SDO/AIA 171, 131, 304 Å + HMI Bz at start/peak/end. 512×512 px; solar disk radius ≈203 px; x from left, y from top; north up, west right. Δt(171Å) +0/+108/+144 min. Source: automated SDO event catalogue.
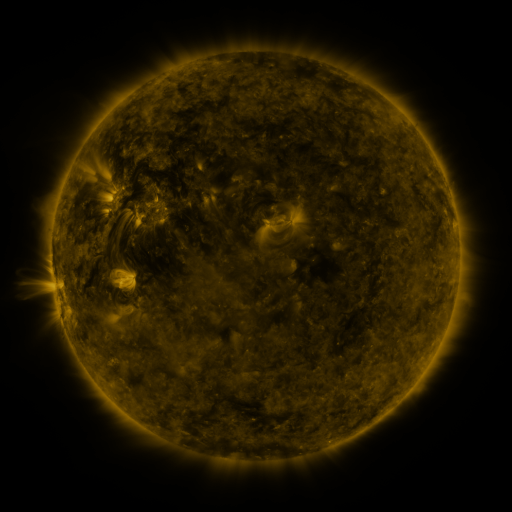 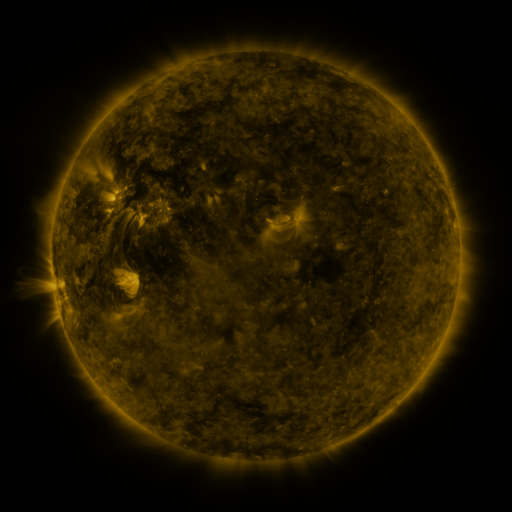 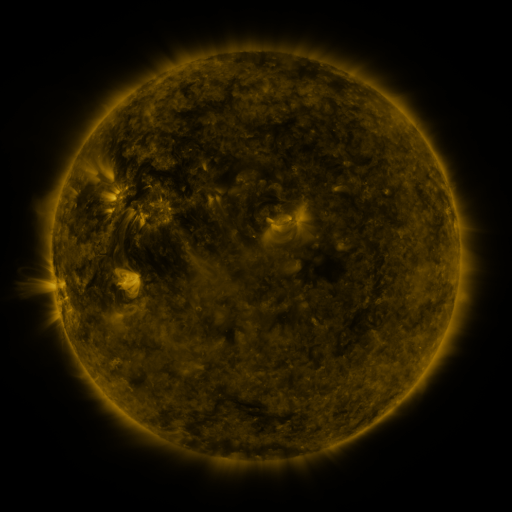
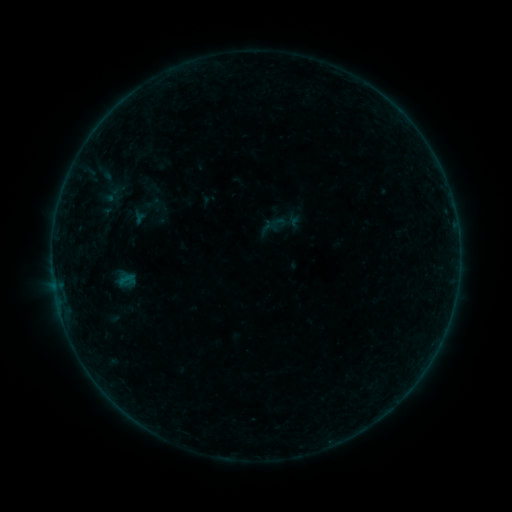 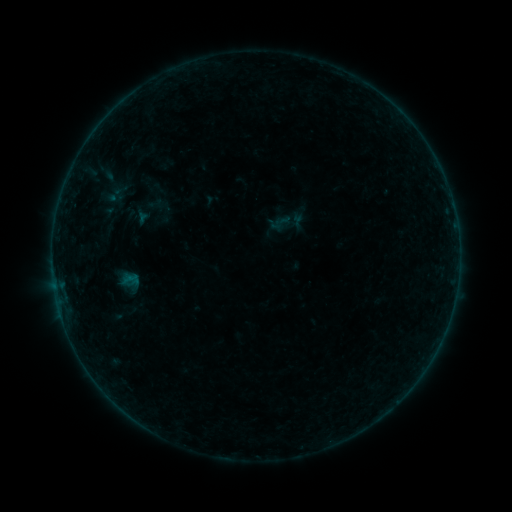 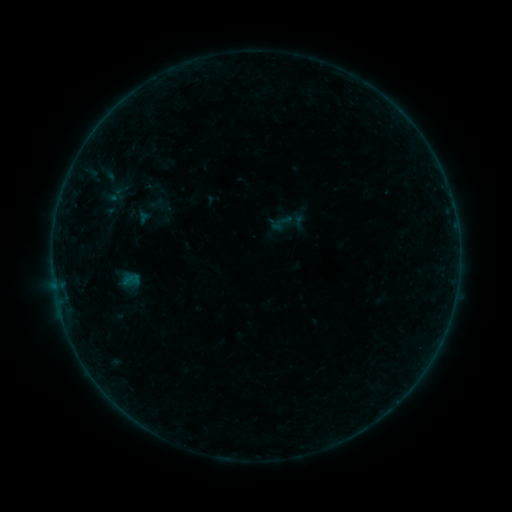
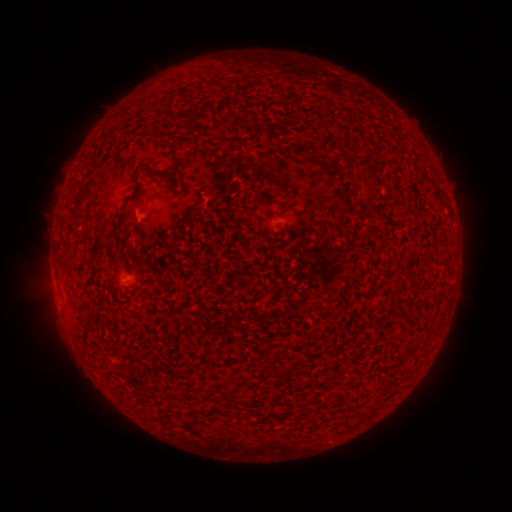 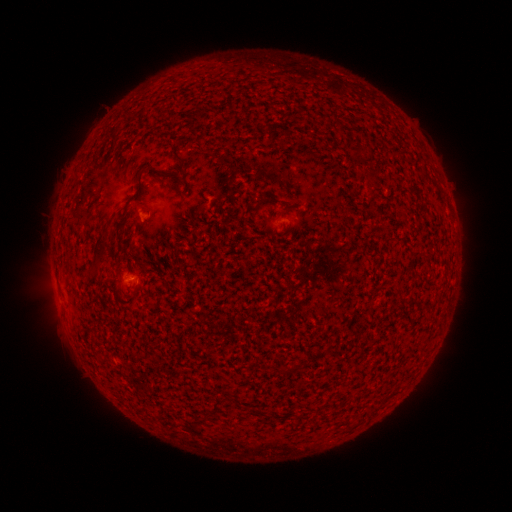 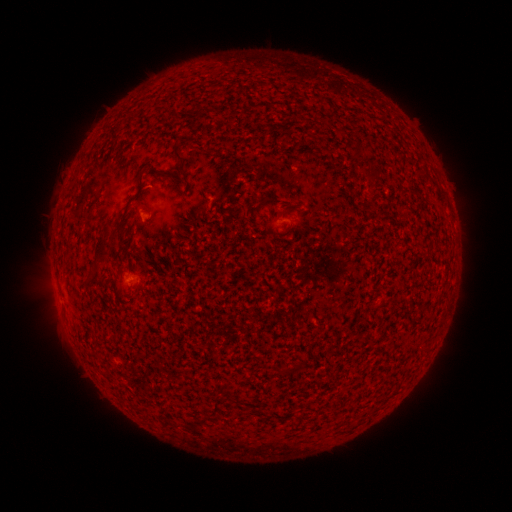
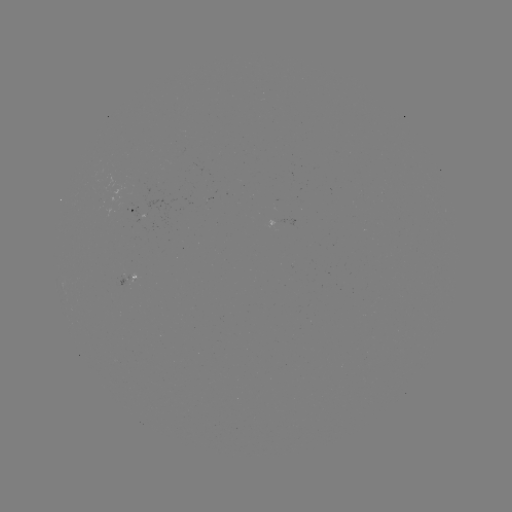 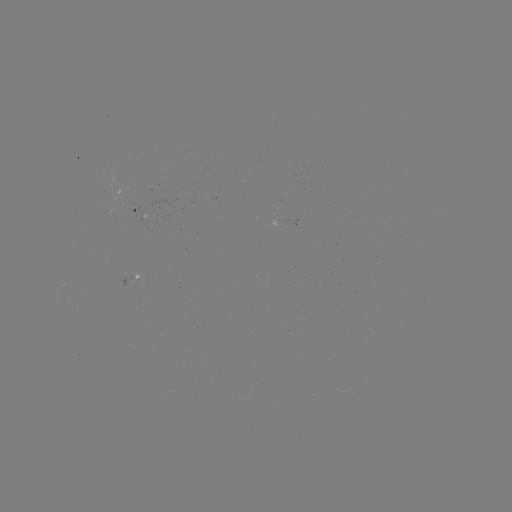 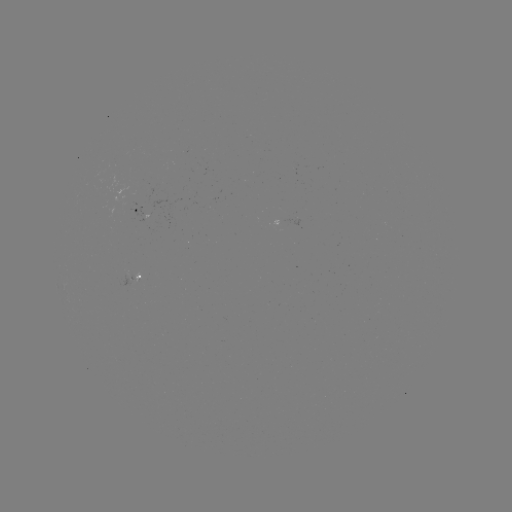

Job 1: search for emerging-flux region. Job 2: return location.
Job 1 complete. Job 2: [134, 211].